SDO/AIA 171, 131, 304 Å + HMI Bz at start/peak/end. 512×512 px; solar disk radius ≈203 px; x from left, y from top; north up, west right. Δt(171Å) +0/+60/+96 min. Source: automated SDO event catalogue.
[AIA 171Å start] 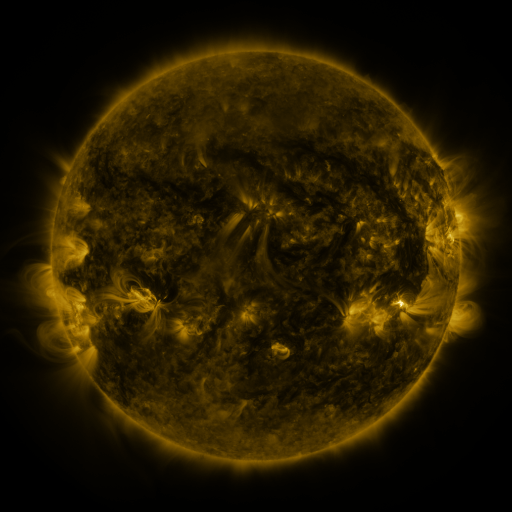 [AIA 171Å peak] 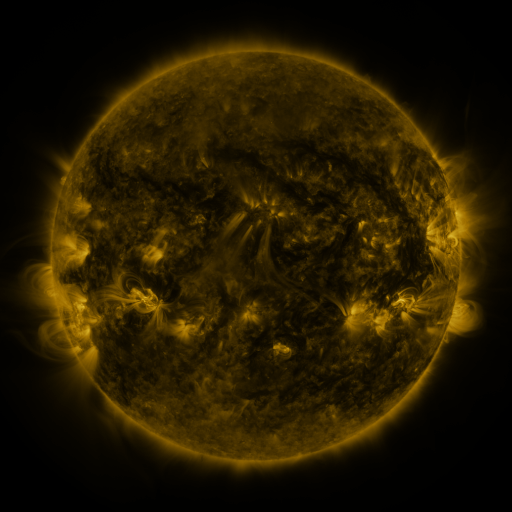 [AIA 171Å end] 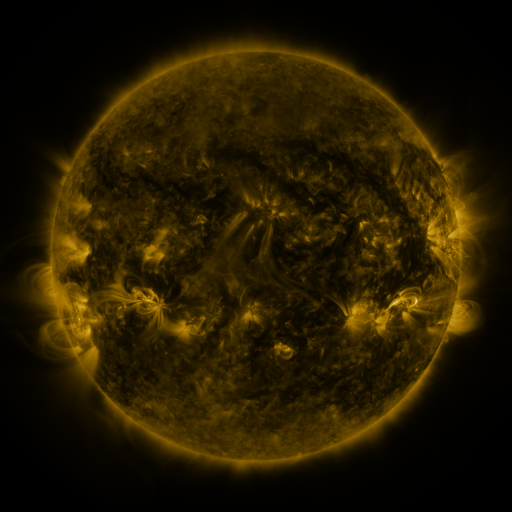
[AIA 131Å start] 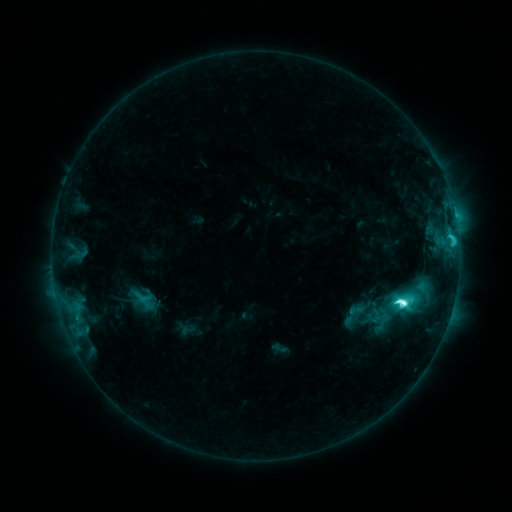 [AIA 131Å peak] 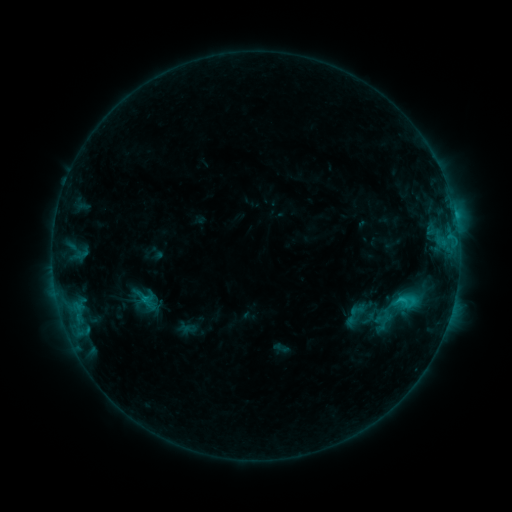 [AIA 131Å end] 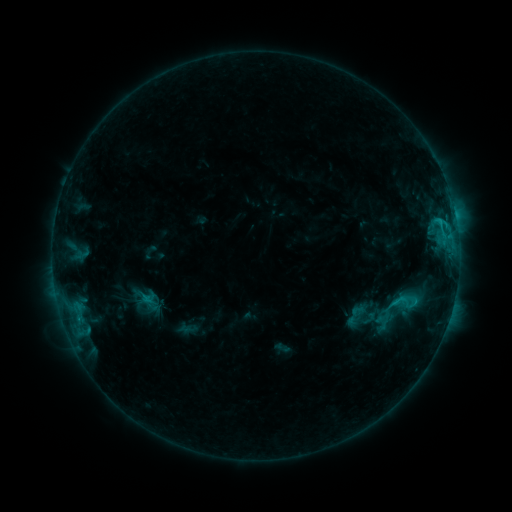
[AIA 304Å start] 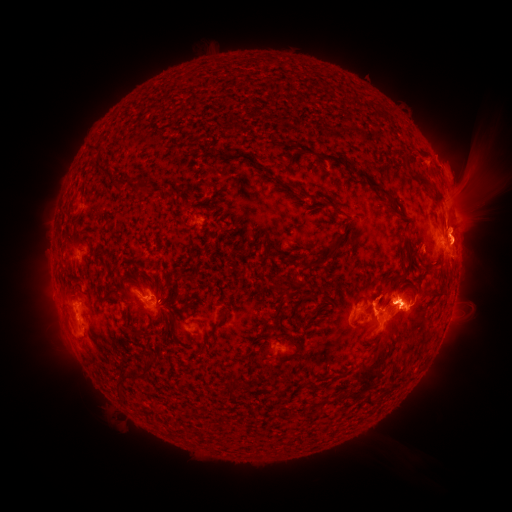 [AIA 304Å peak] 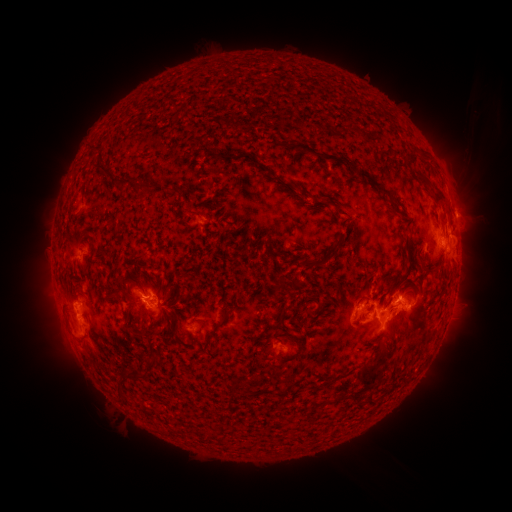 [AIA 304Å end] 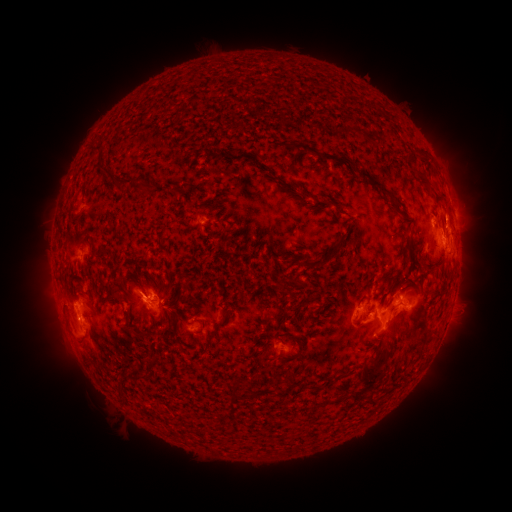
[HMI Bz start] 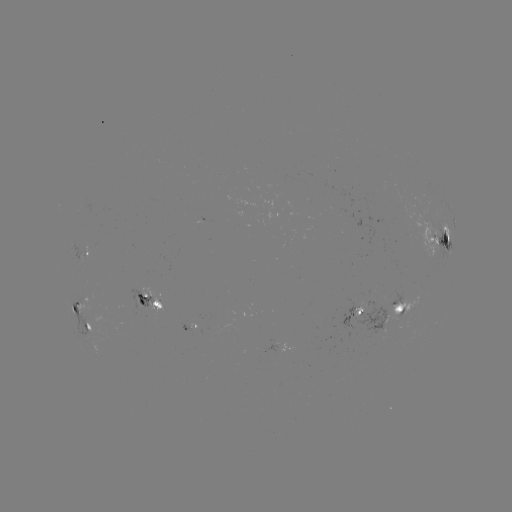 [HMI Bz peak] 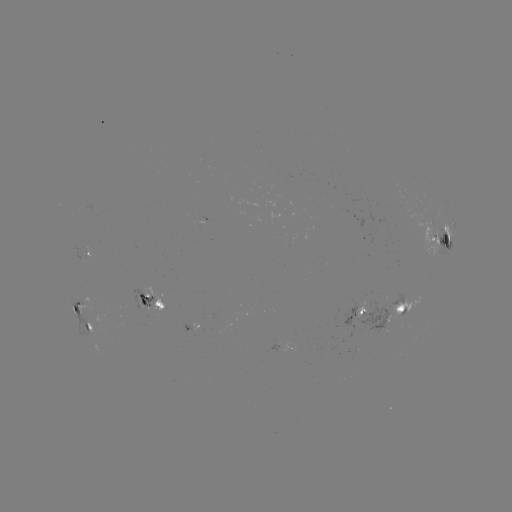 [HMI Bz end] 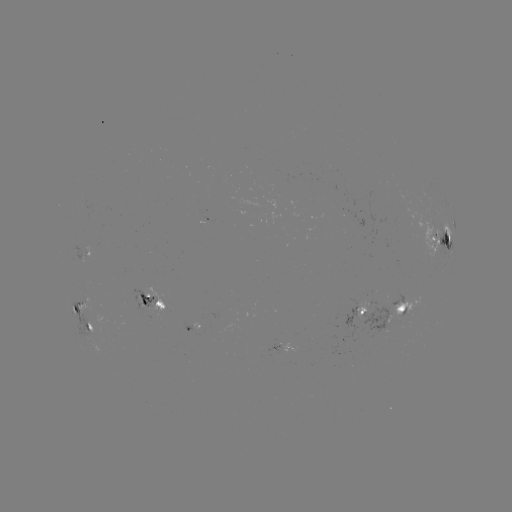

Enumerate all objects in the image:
emerging-flux region: (217, 317)
